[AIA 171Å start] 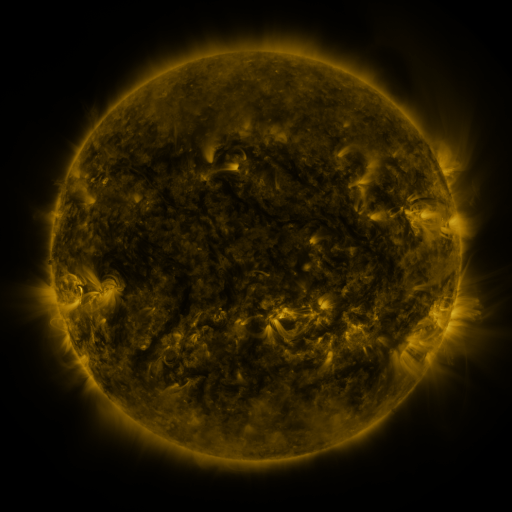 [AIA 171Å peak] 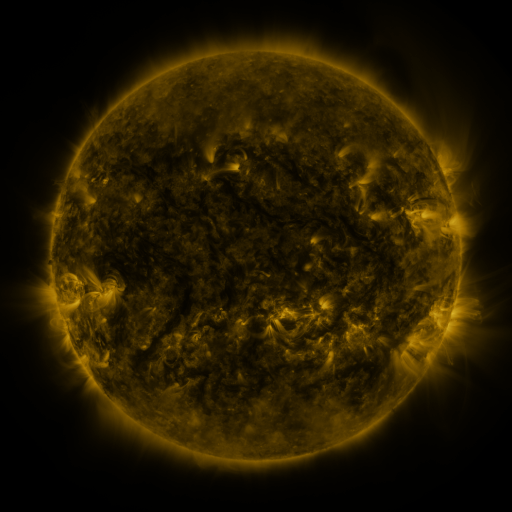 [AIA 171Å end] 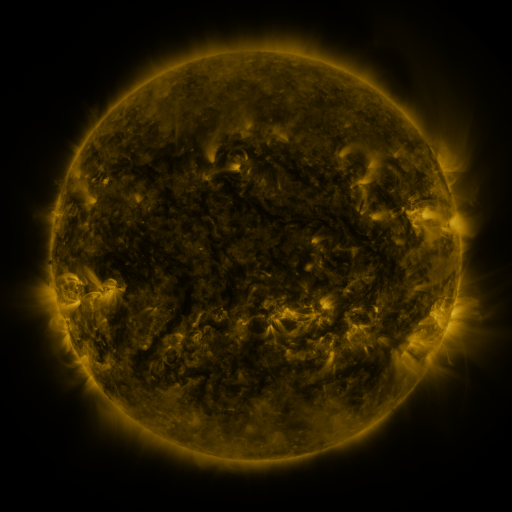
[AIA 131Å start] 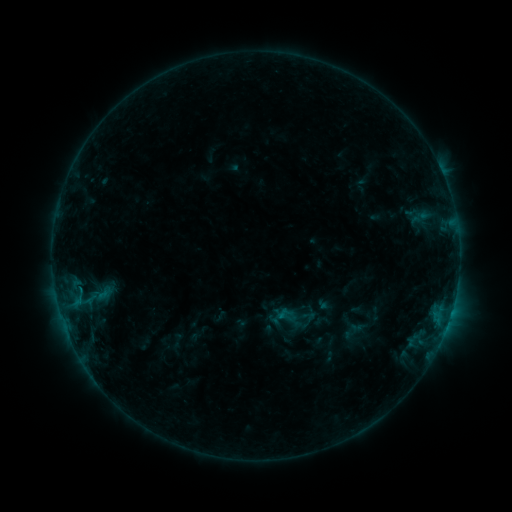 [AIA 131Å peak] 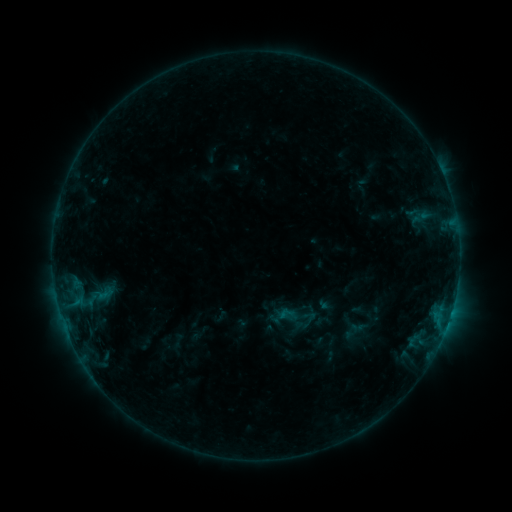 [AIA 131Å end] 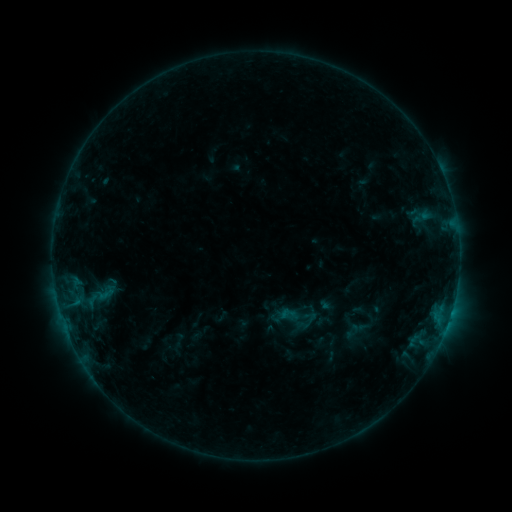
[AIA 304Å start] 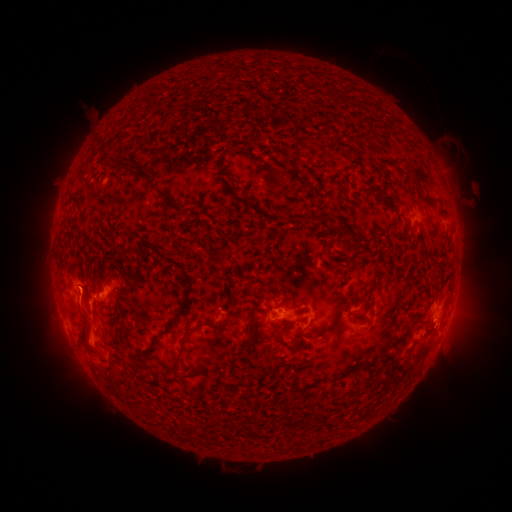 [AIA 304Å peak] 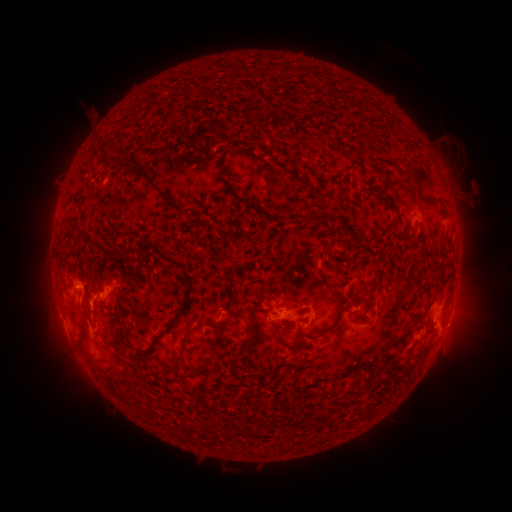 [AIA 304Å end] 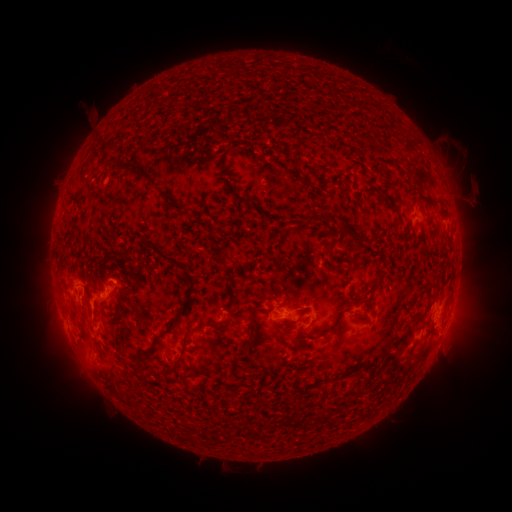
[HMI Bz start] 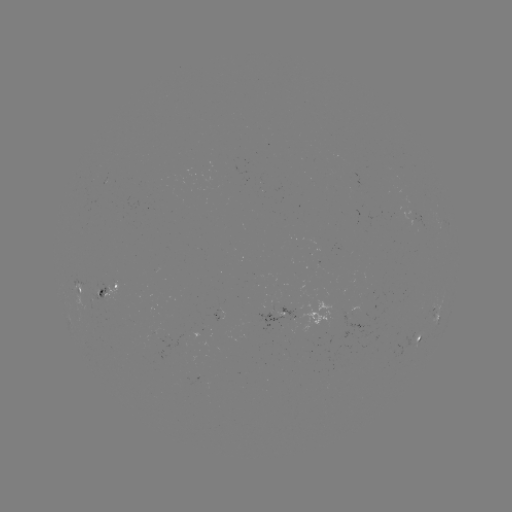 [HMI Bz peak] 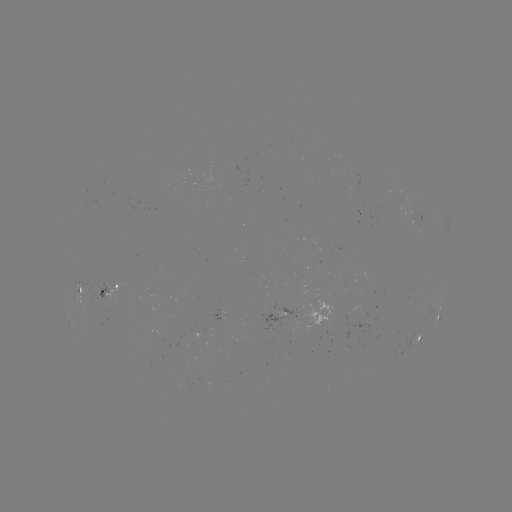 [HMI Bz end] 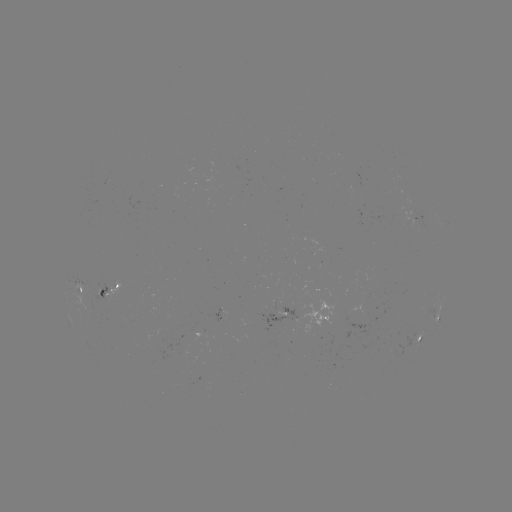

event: eruption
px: (90, 340)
